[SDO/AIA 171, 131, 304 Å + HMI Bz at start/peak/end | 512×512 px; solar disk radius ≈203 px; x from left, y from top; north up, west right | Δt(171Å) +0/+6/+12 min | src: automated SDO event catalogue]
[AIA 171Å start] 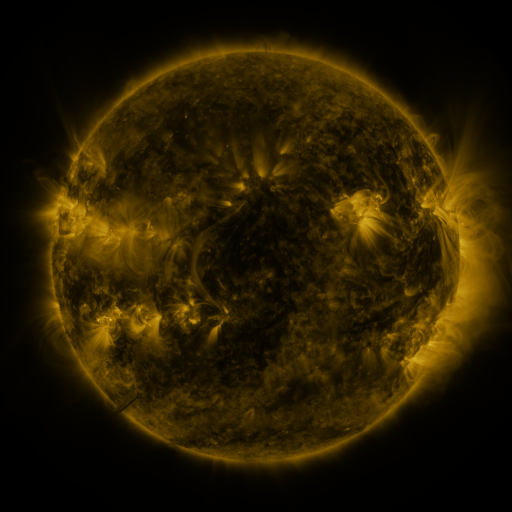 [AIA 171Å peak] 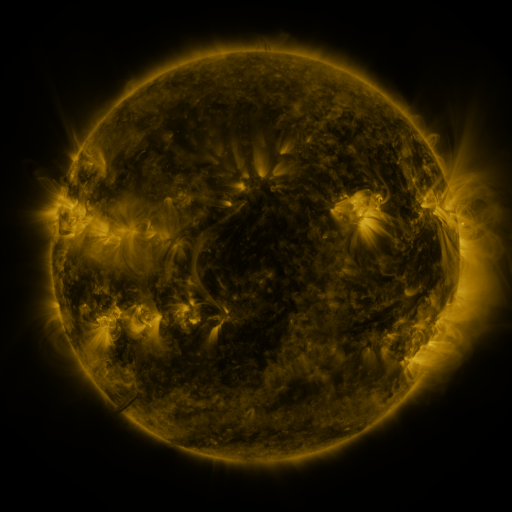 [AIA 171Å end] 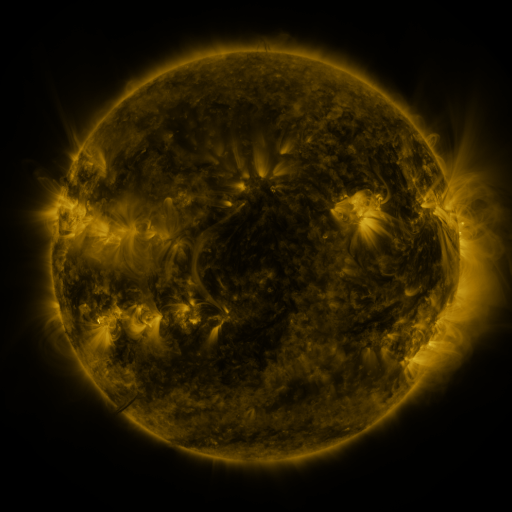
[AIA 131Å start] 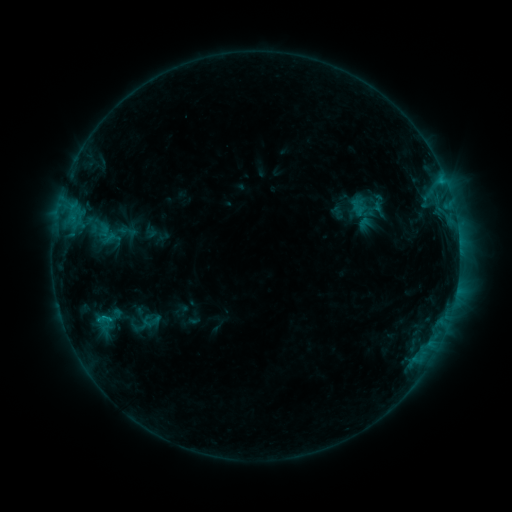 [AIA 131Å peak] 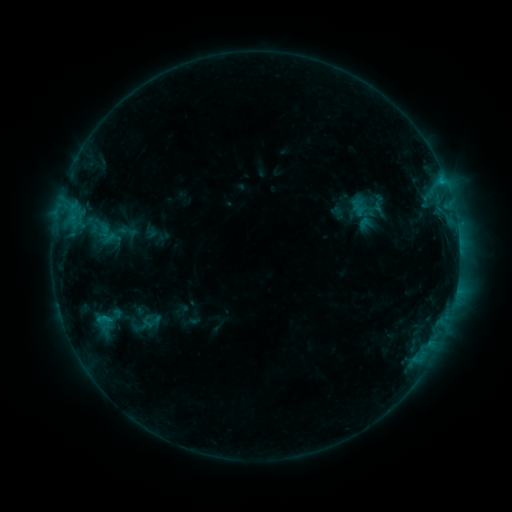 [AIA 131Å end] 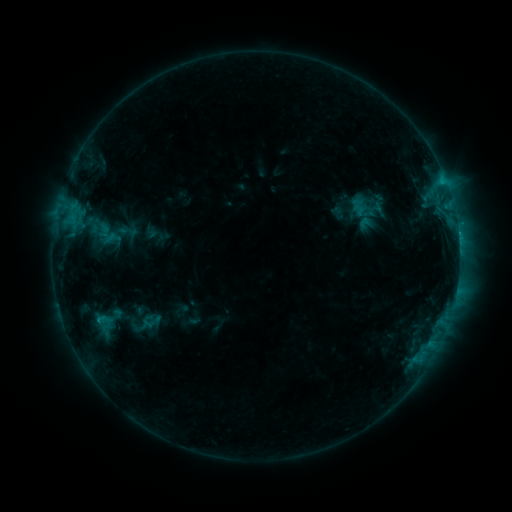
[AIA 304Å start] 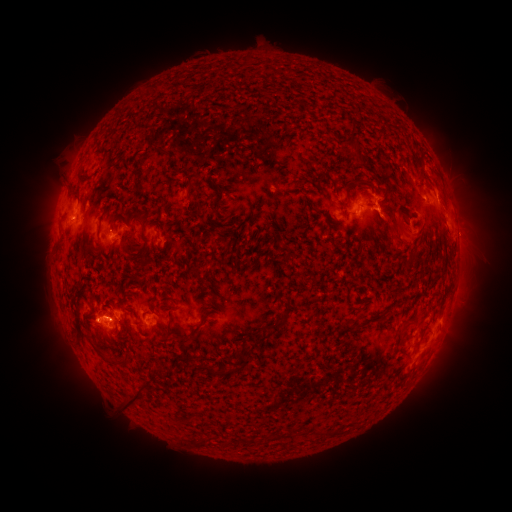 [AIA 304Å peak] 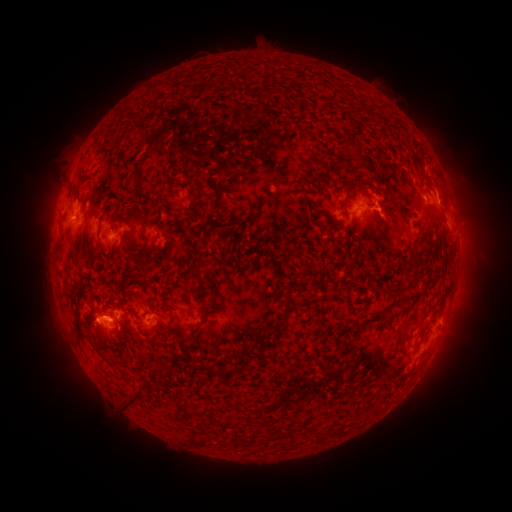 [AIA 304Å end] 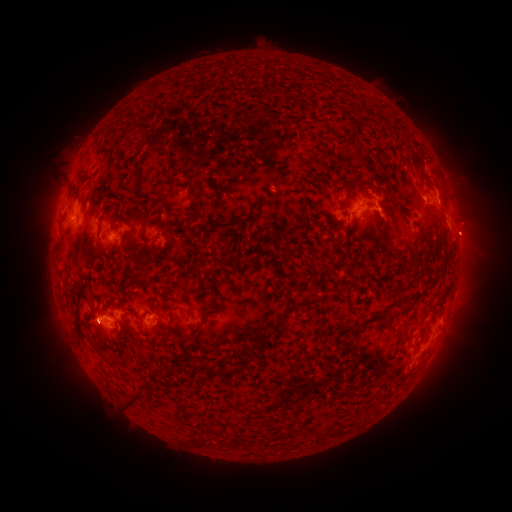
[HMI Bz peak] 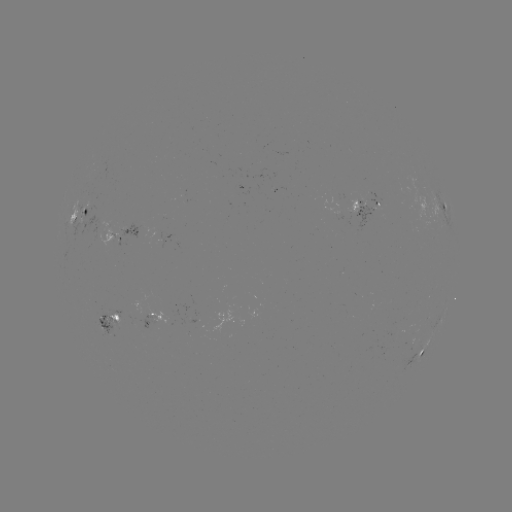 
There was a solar eruption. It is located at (472, 233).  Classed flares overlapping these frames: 1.